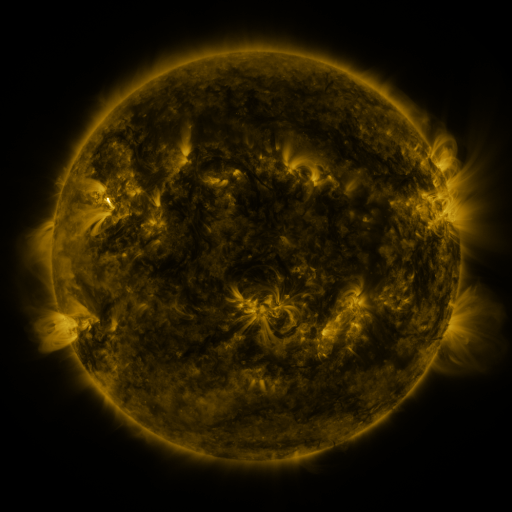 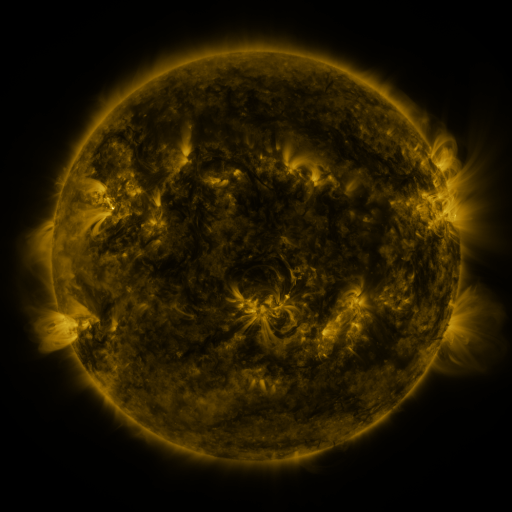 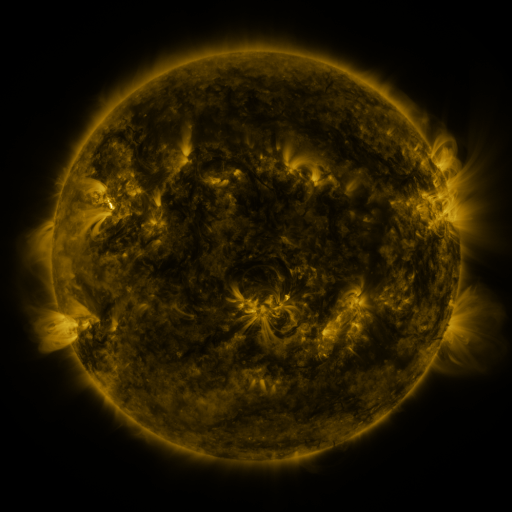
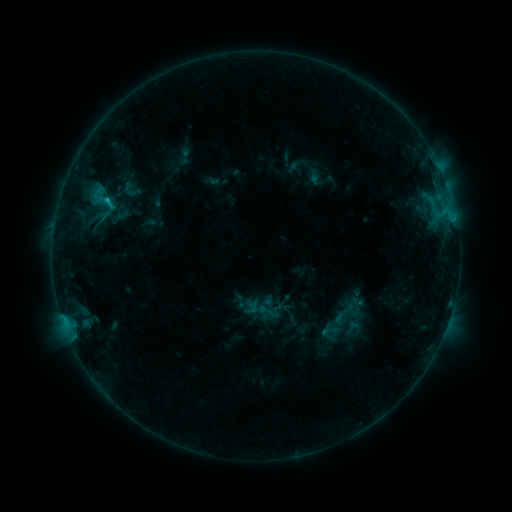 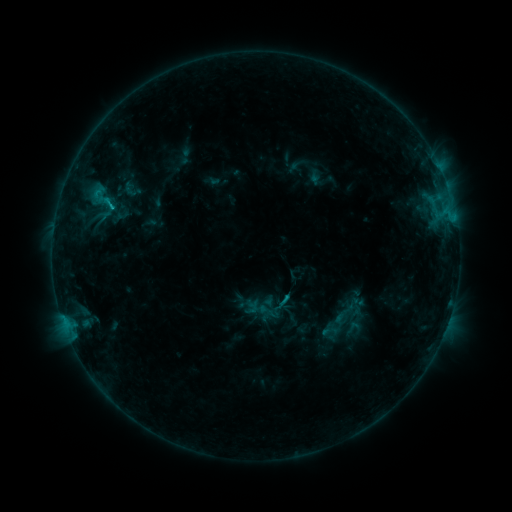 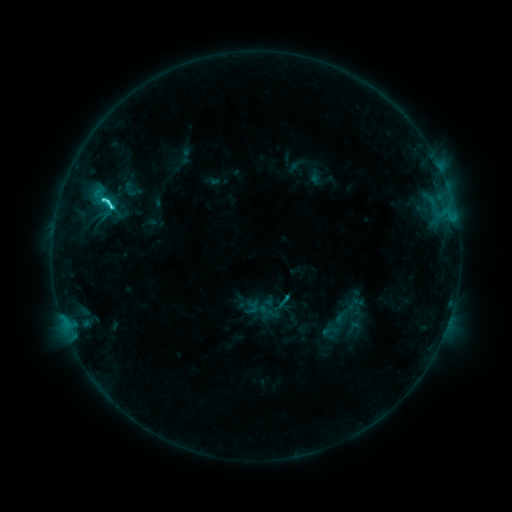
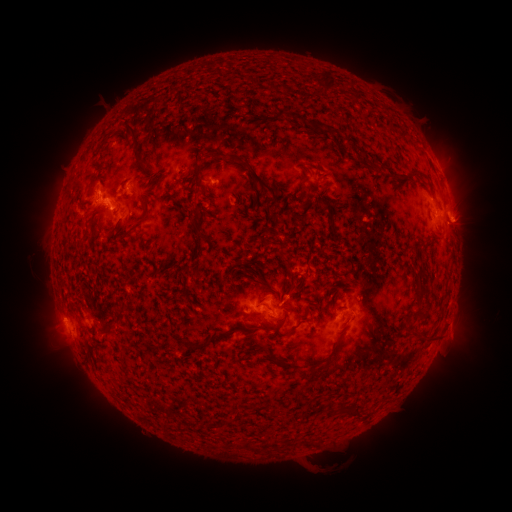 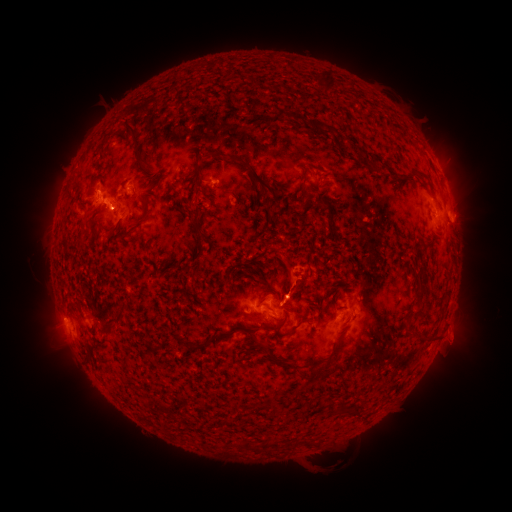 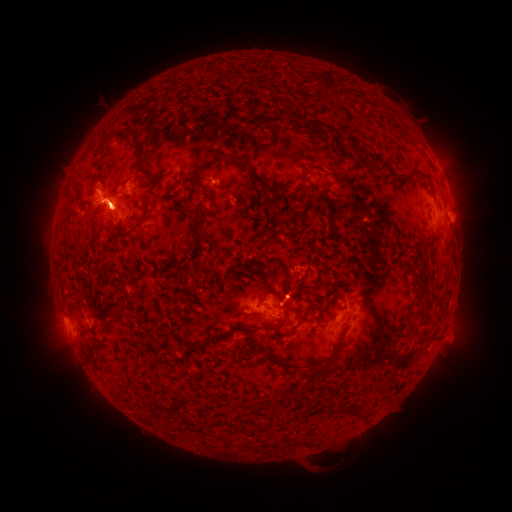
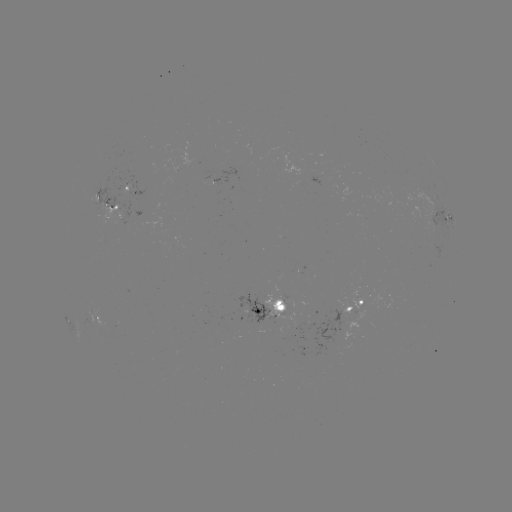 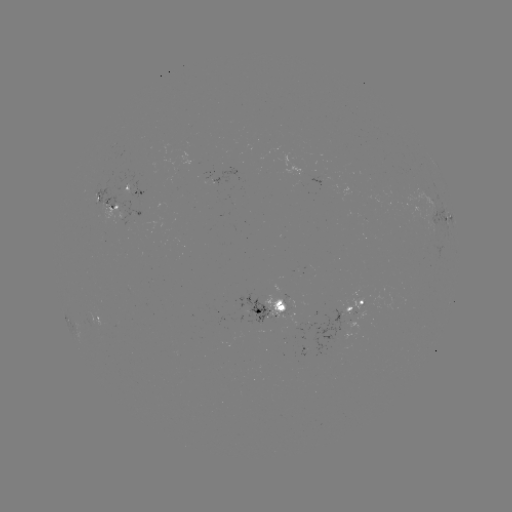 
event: flare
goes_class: M1.4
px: (112, 208)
